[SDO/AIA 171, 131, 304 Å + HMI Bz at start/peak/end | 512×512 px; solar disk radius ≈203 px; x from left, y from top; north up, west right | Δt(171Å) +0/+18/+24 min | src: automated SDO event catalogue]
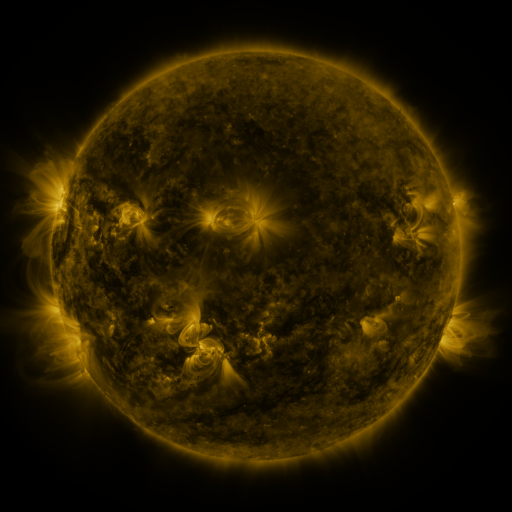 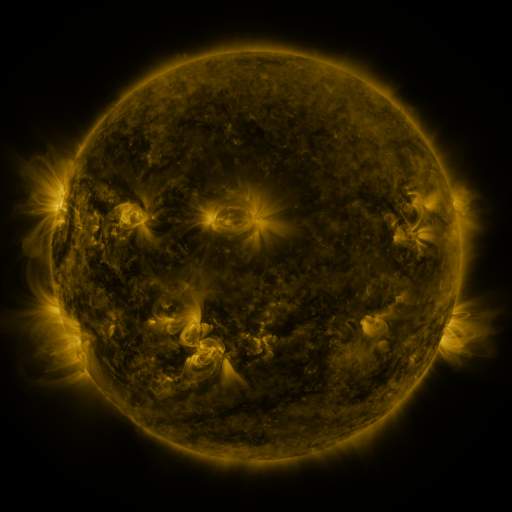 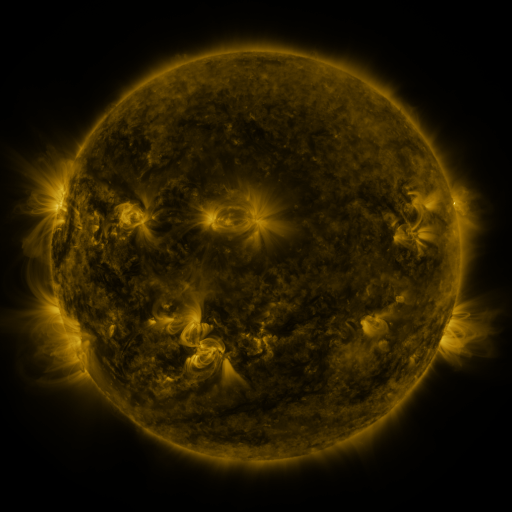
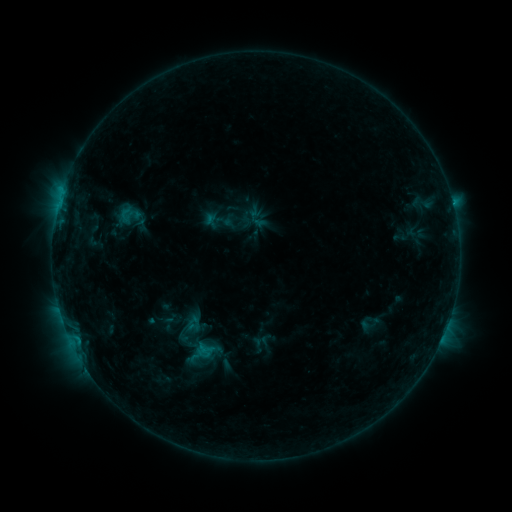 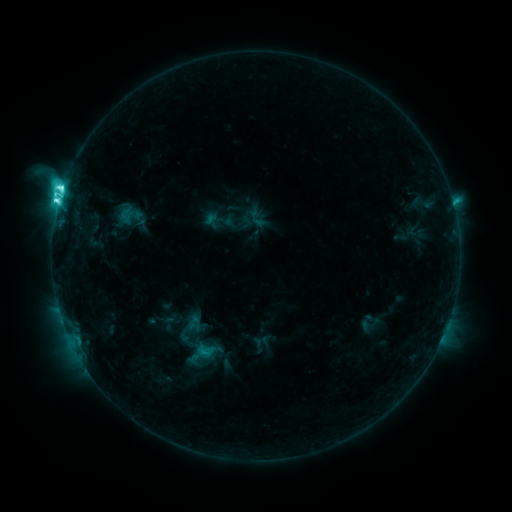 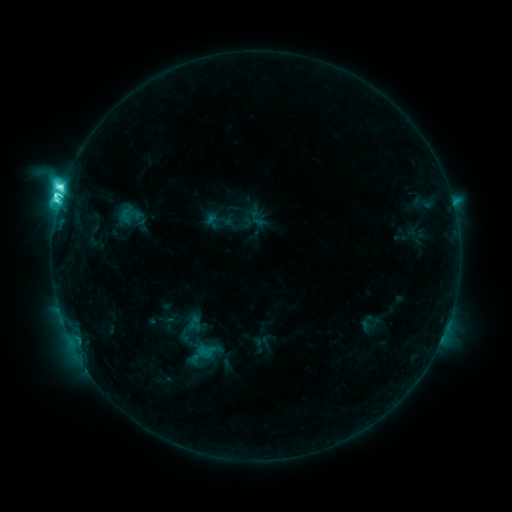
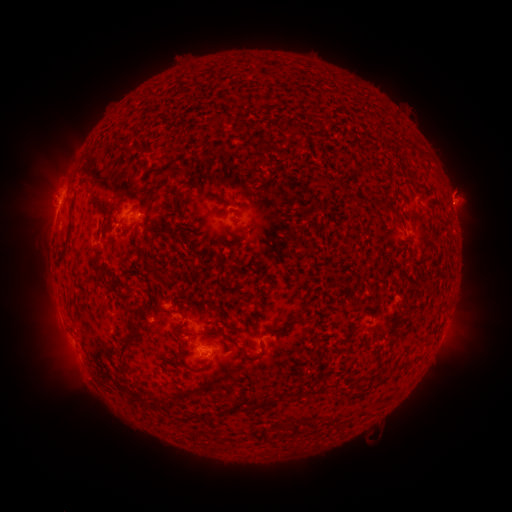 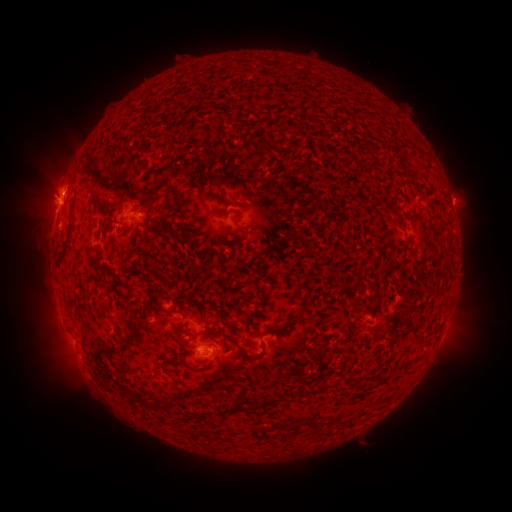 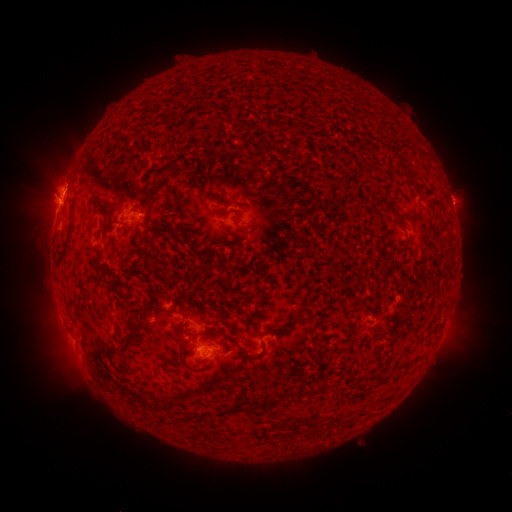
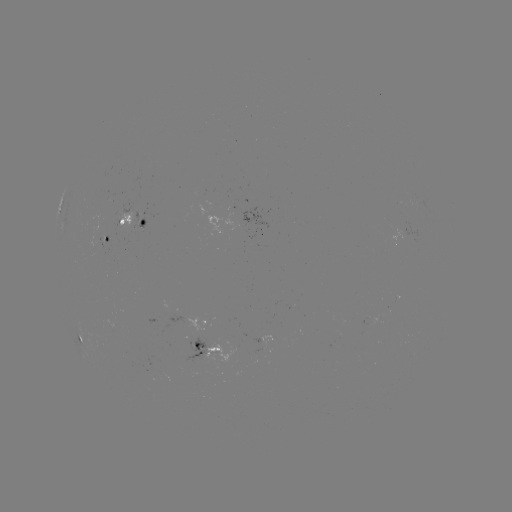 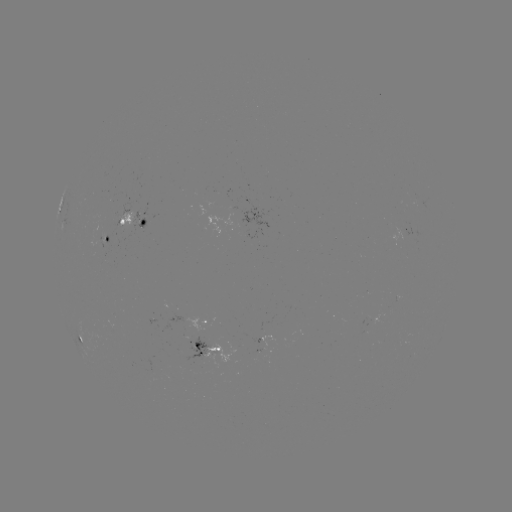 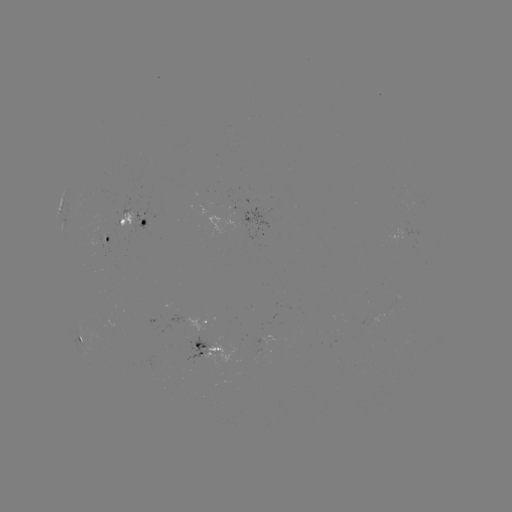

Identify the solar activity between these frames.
M1.0 flare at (59, 203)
